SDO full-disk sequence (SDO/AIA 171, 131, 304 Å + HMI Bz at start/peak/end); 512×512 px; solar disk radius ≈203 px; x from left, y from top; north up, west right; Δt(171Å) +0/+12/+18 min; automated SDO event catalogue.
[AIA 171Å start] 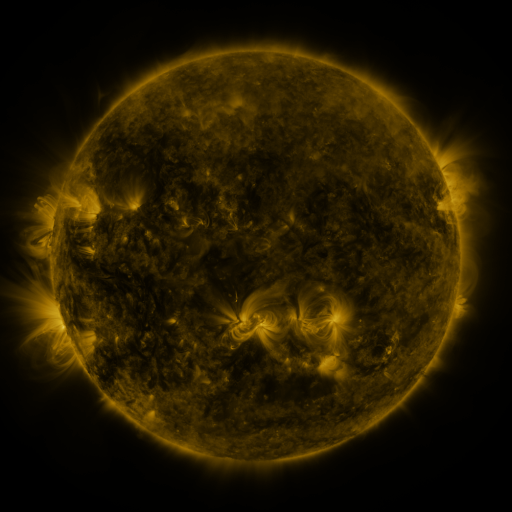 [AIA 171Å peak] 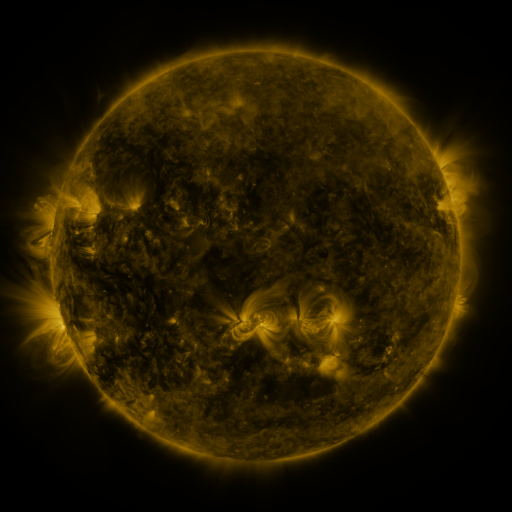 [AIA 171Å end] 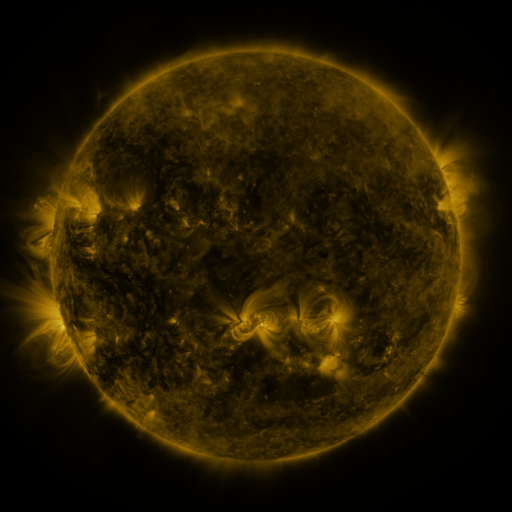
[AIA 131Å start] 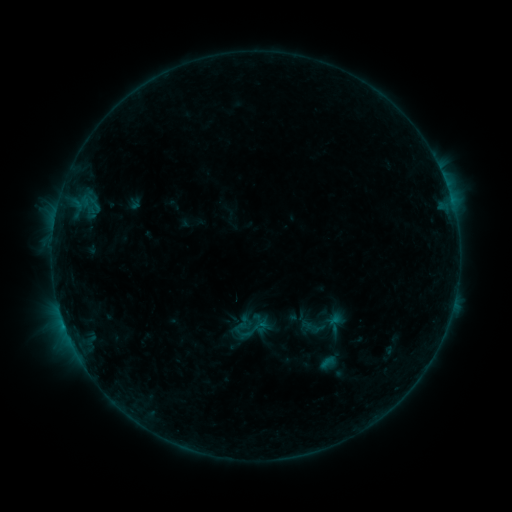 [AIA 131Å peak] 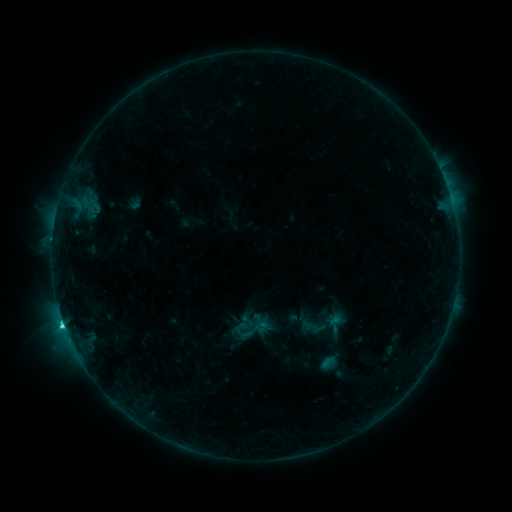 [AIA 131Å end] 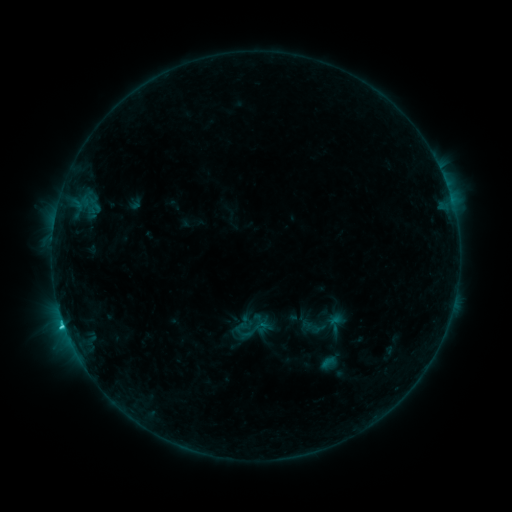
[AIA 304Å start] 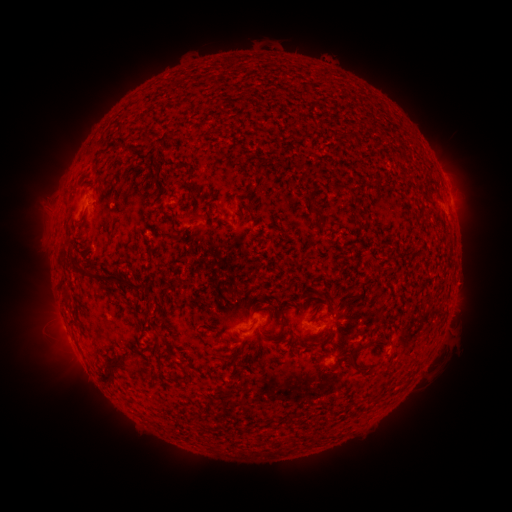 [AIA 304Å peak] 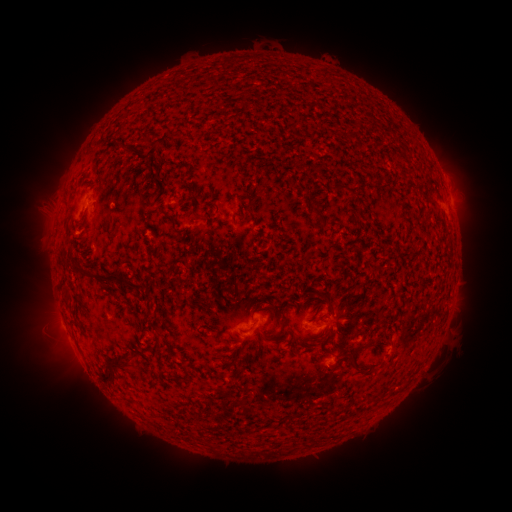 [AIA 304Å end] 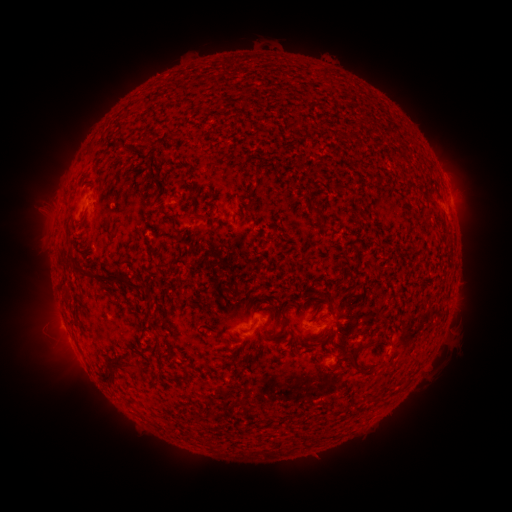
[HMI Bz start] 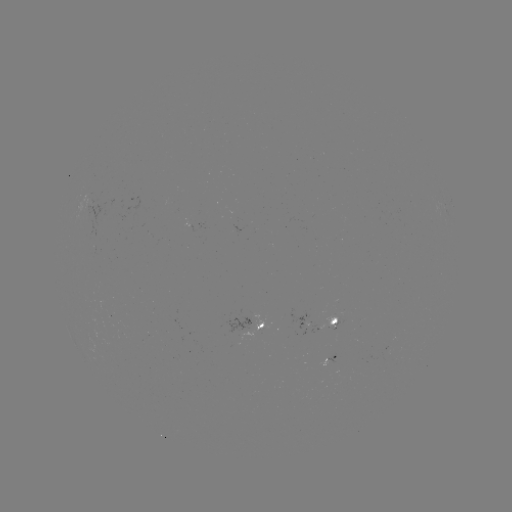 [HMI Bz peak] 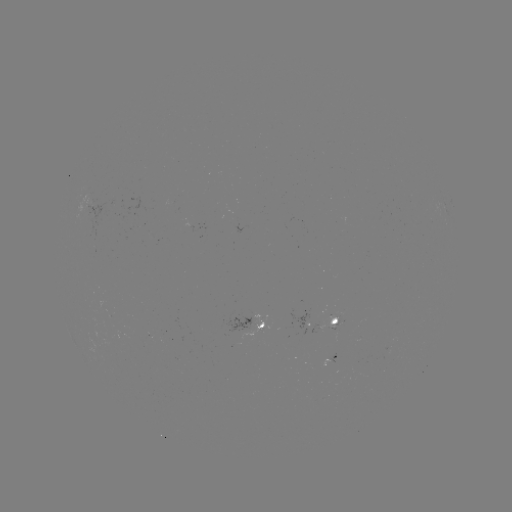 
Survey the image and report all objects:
C1.5 flare: (64, 322)
